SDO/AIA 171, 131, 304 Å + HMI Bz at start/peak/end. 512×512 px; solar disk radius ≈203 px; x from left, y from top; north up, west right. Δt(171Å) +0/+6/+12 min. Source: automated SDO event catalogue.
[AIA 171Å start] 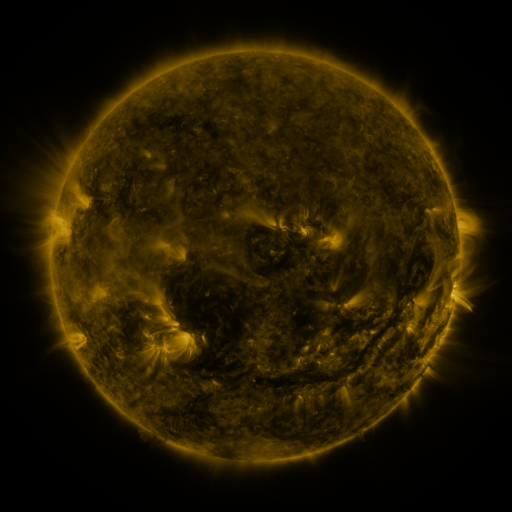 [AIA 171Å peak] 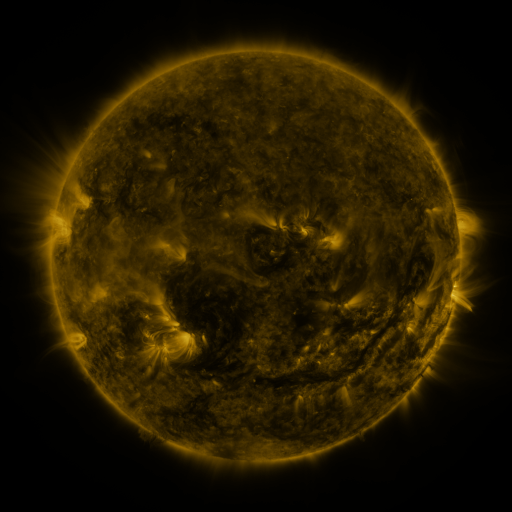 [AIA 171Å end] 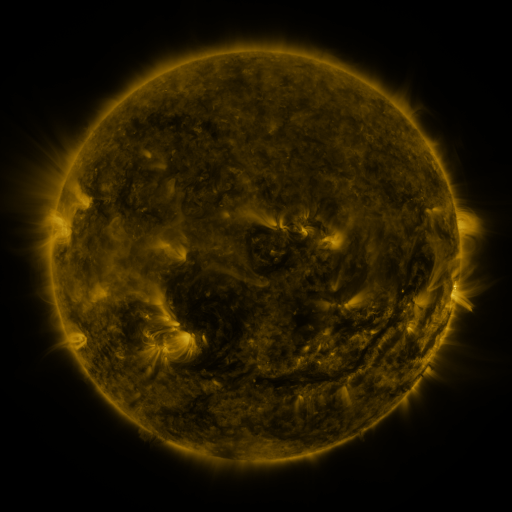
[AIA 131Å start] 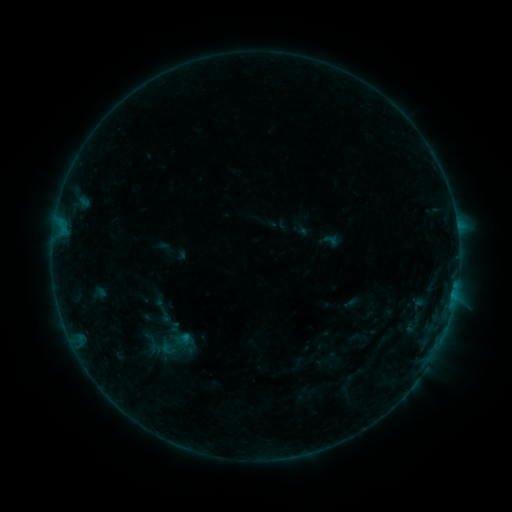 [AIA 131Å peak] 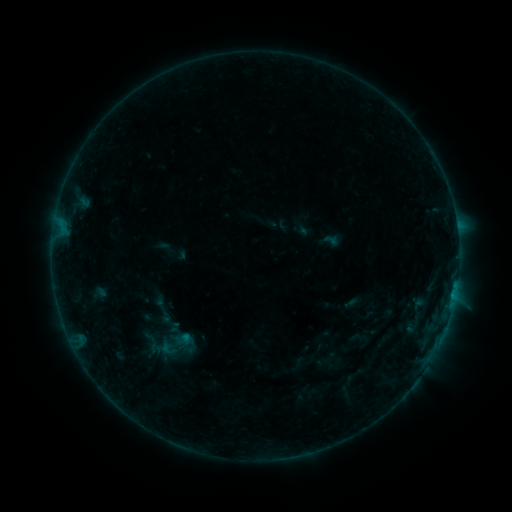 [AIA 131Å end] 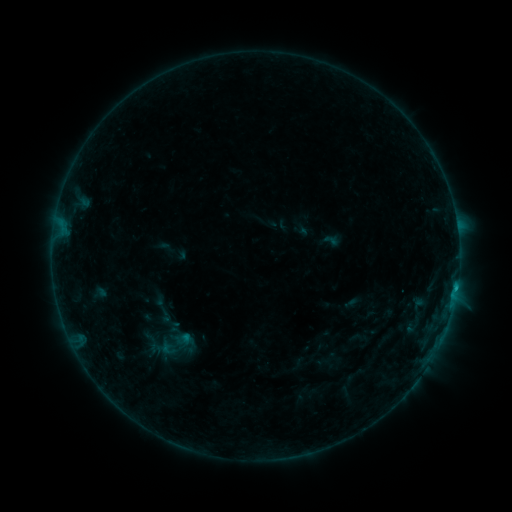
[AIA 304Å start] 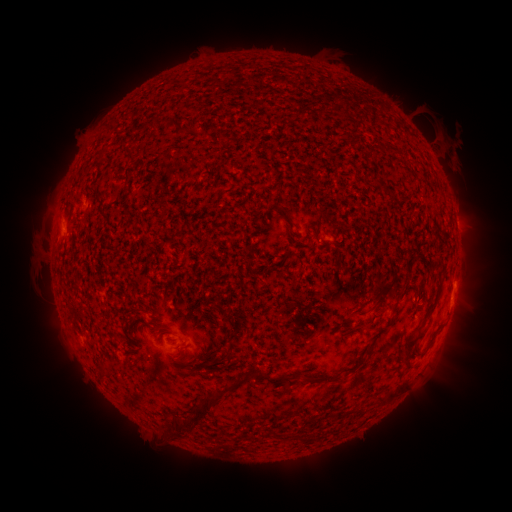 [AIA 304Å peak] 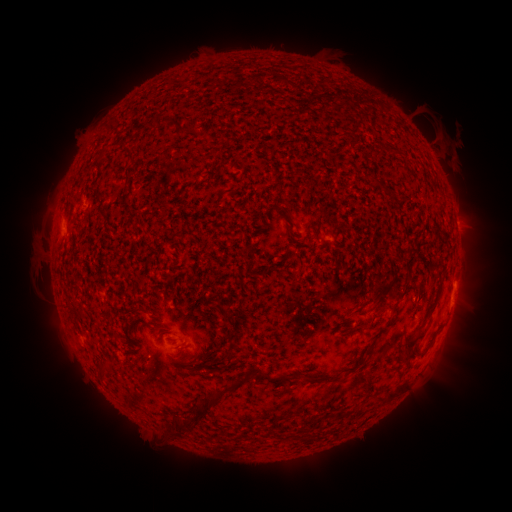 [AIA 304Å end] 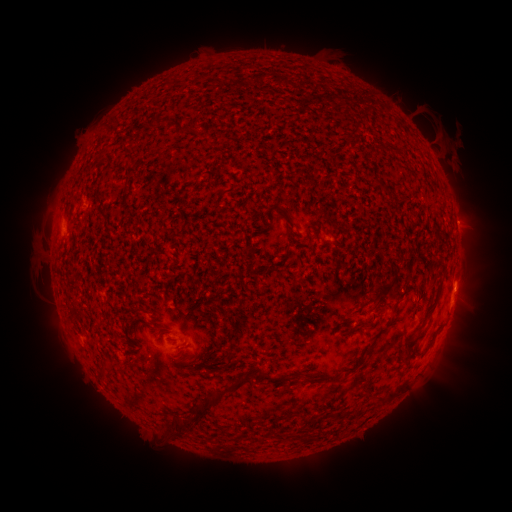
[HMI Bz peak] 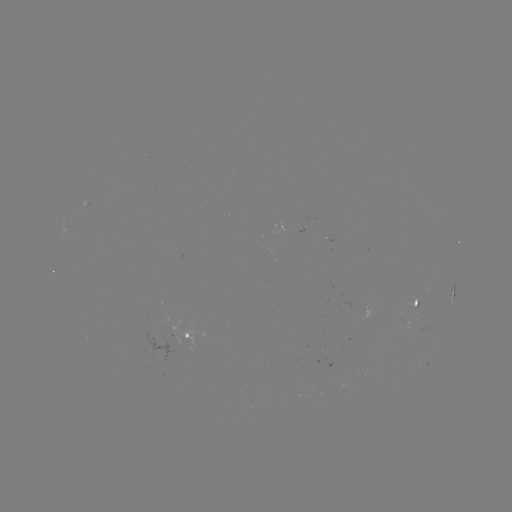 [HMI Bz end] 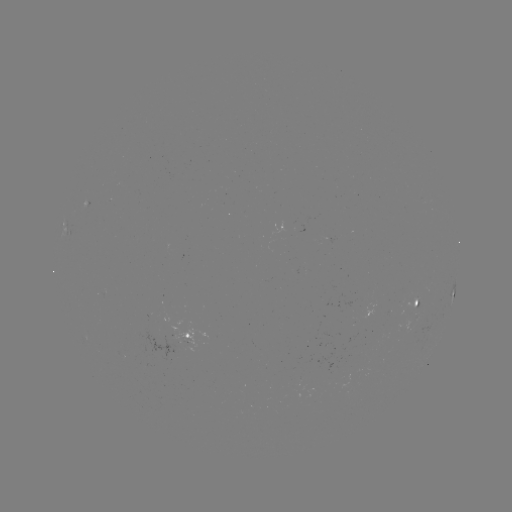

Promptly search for B6.9 flare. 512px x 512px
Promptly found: (455, 289).